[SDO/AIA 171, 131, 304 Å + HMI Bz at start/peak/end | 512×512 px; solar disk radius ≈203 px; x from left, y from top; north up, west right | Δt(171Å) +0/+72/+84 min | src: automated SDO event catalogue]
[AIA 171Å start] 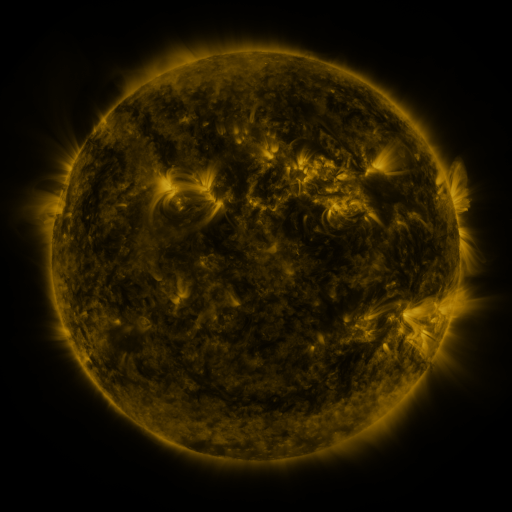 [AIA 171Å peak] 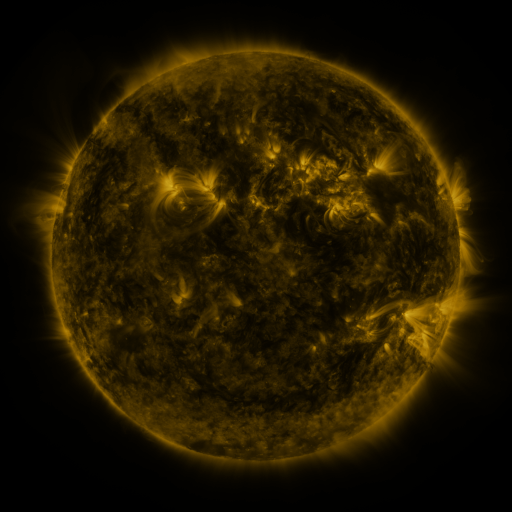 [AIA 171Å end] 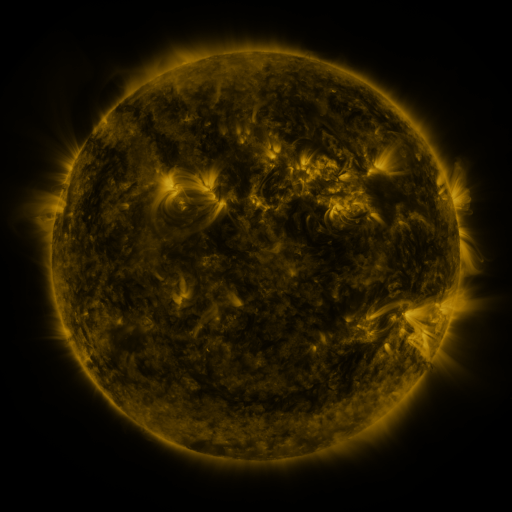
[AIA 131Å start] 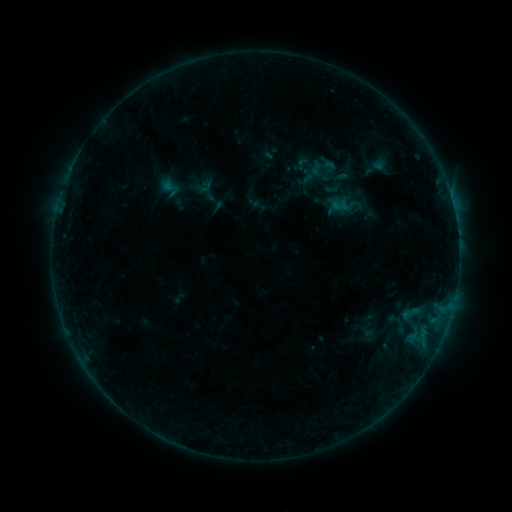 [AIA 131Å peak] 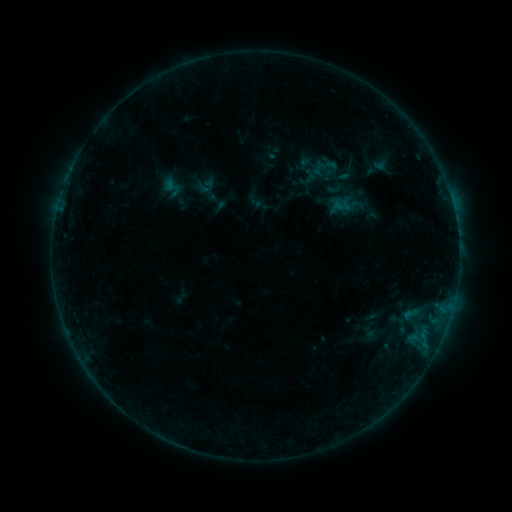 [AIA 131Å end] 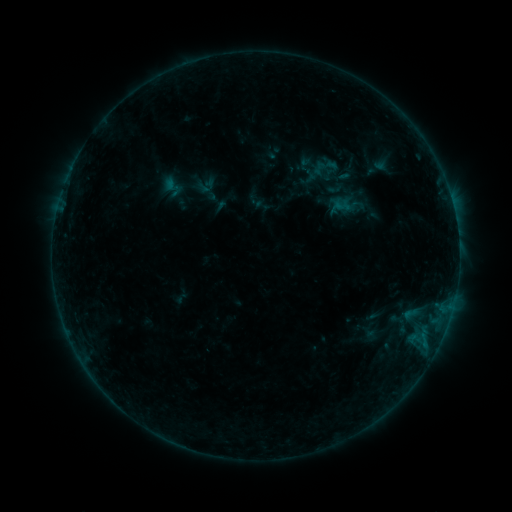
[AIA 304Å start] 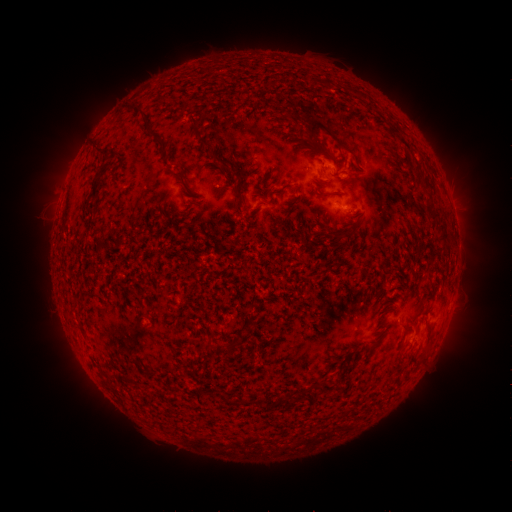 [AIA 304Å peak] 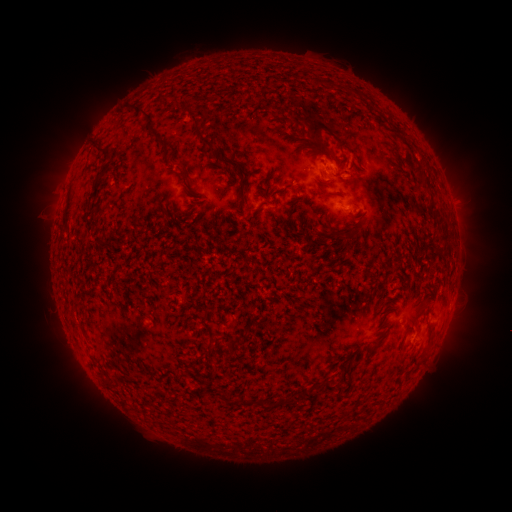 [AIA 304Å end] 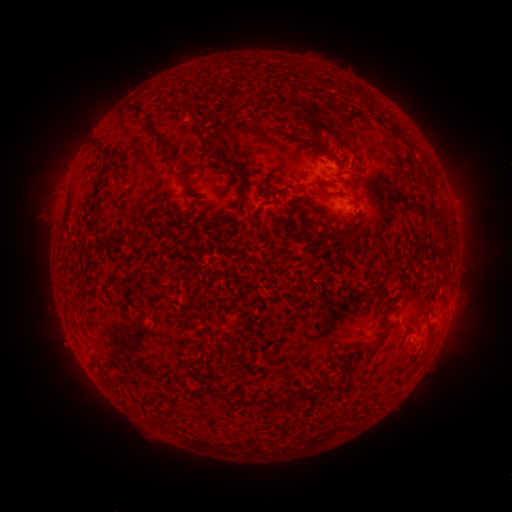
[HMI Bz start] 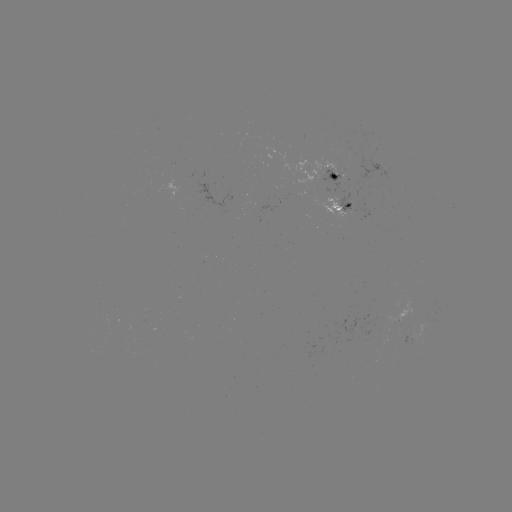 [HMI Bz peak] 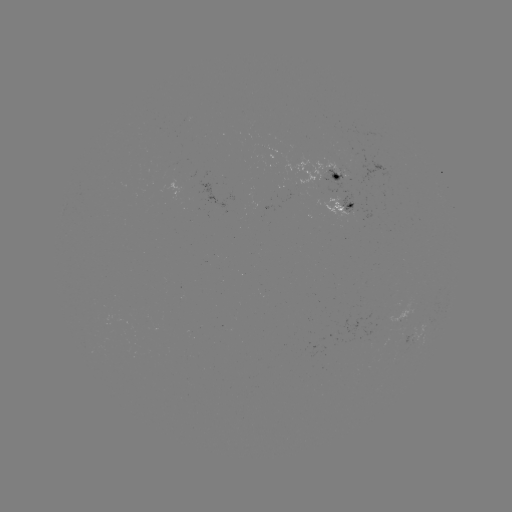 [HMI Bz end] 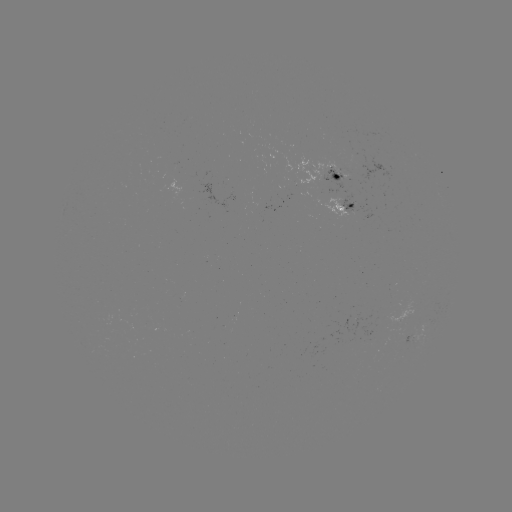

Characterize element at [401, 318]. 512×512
emerging-flux region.